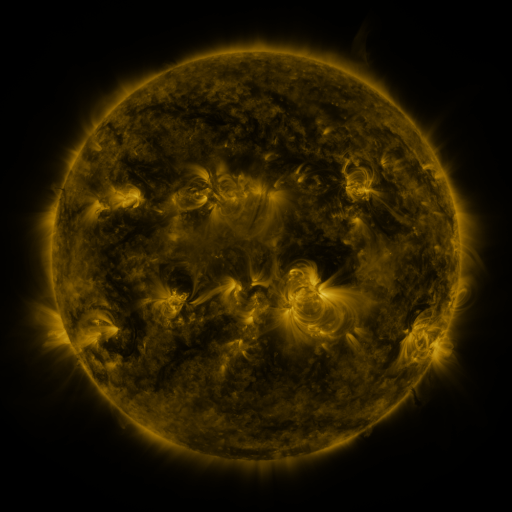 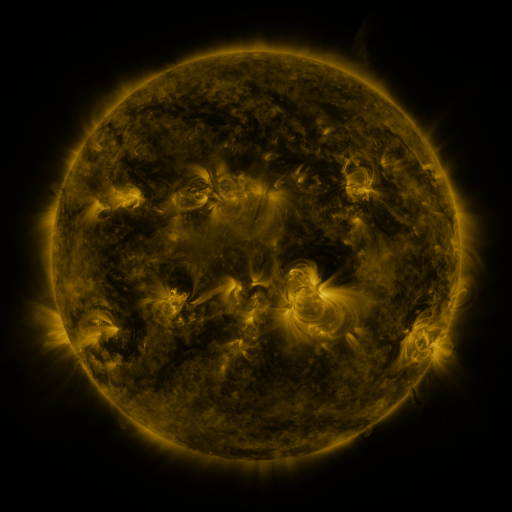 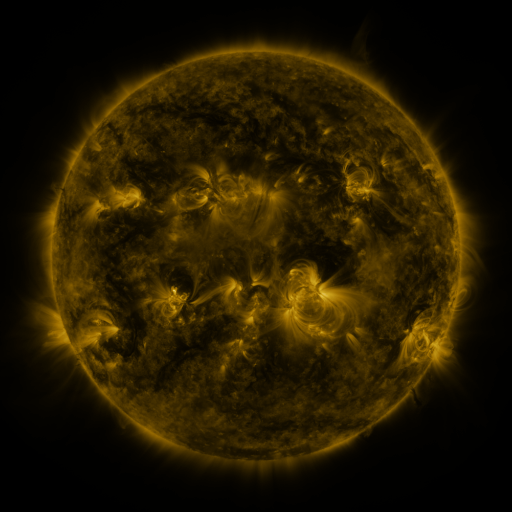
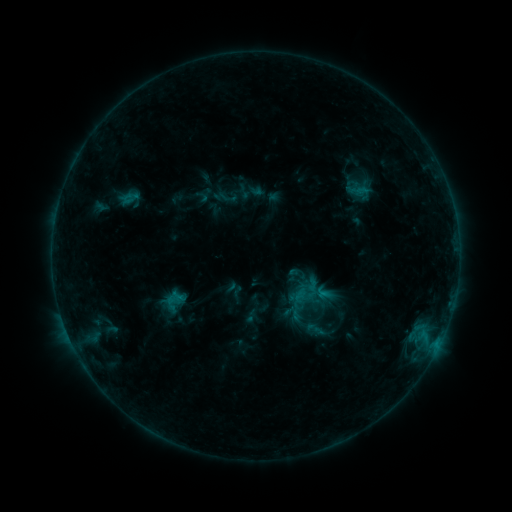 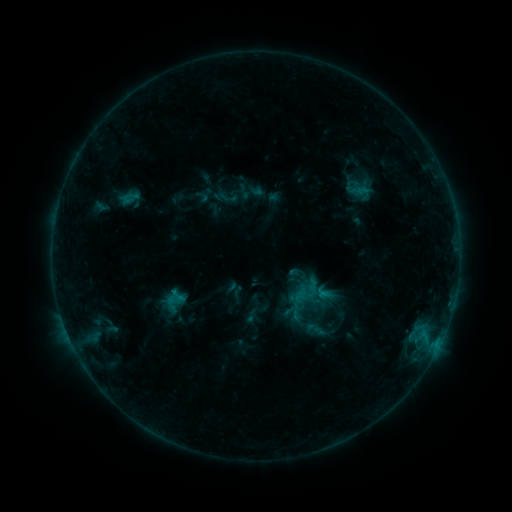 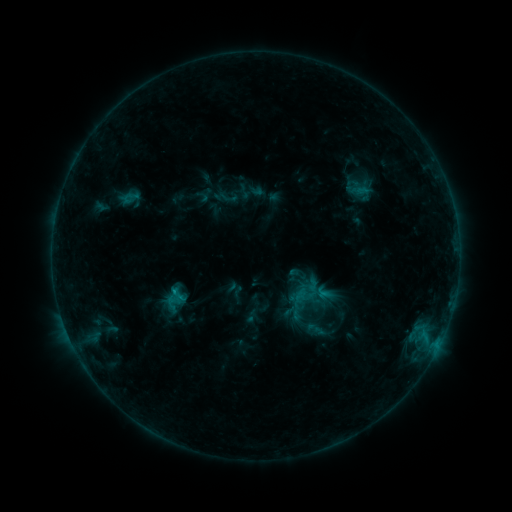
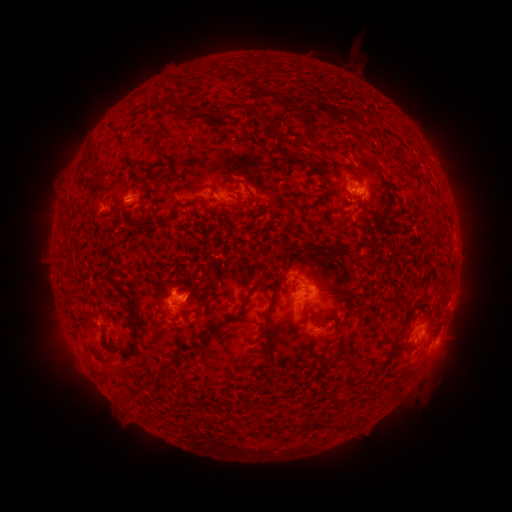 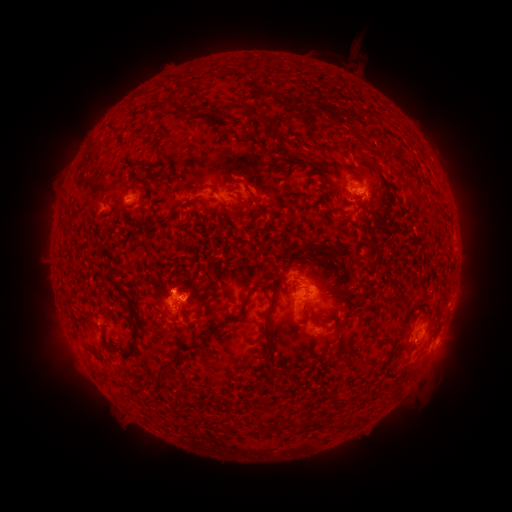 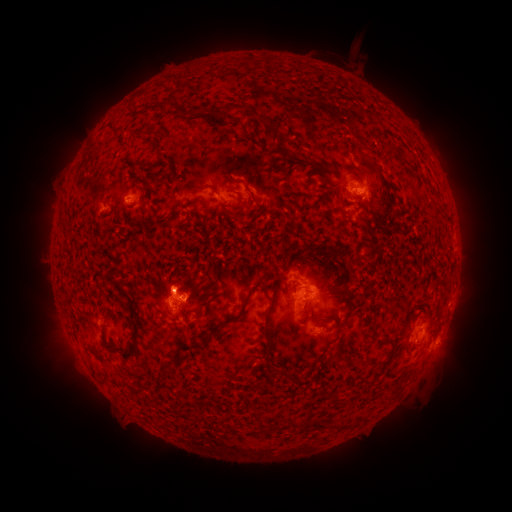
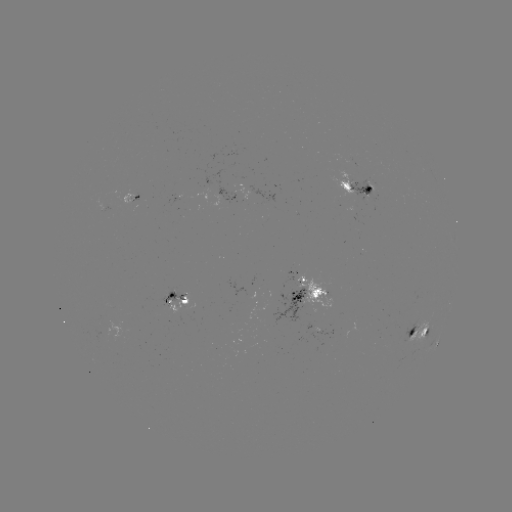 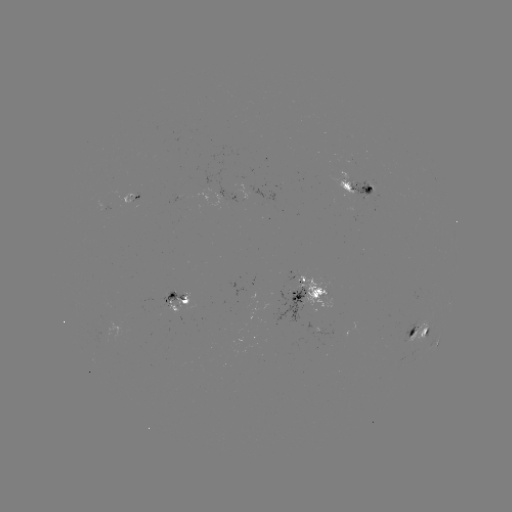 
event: flare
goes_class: C1.3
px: (175, 289)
